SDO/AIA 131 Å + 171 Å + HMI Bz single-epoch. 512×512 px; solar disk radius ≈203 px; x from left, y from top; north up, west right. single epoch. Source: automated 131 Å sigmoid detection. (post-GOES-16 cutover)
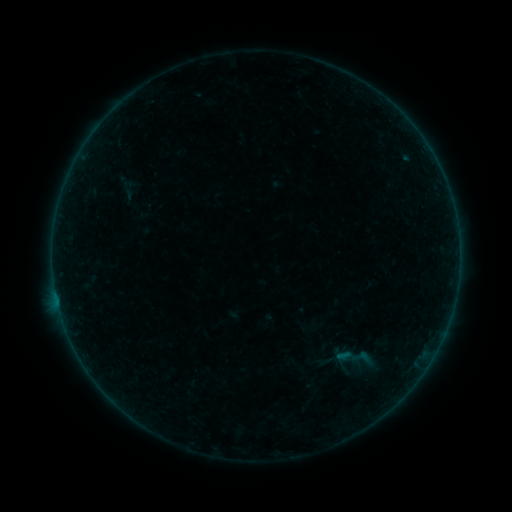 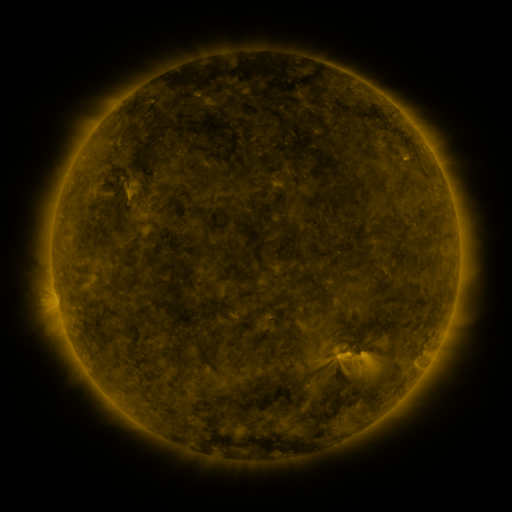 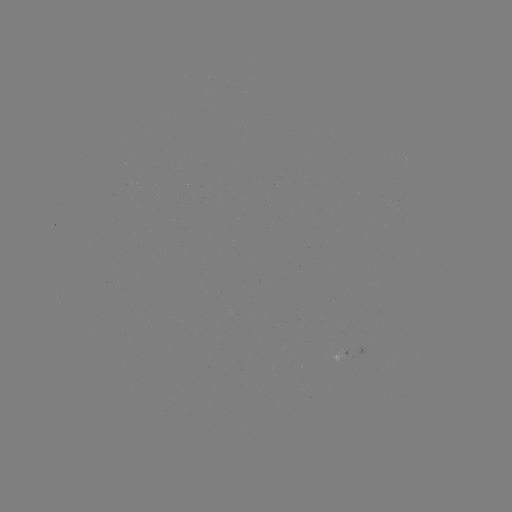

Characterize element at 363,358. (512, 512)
sigmoid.